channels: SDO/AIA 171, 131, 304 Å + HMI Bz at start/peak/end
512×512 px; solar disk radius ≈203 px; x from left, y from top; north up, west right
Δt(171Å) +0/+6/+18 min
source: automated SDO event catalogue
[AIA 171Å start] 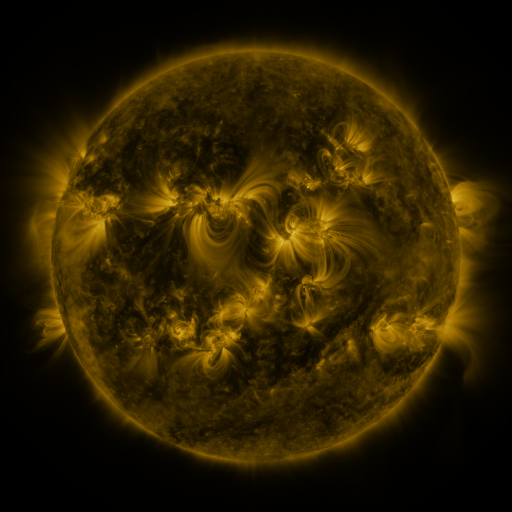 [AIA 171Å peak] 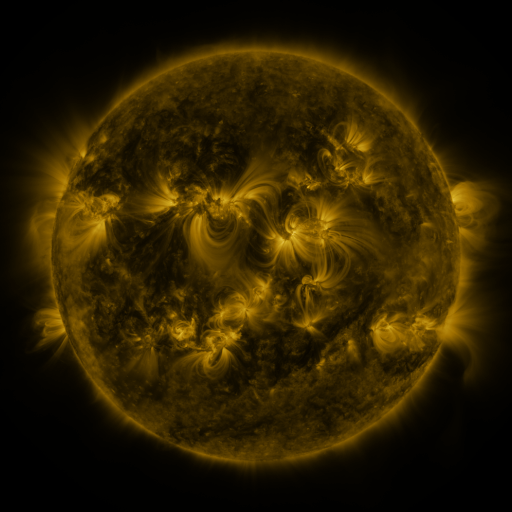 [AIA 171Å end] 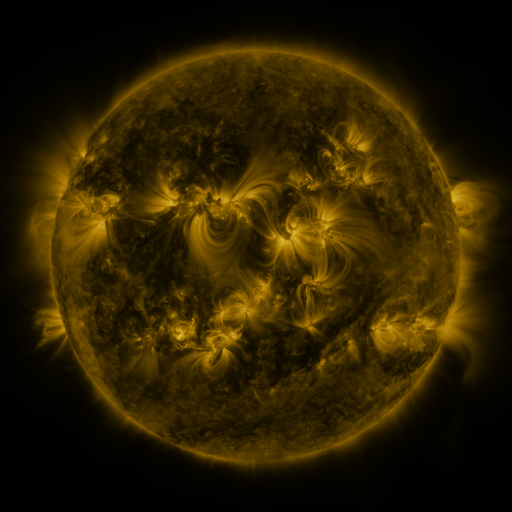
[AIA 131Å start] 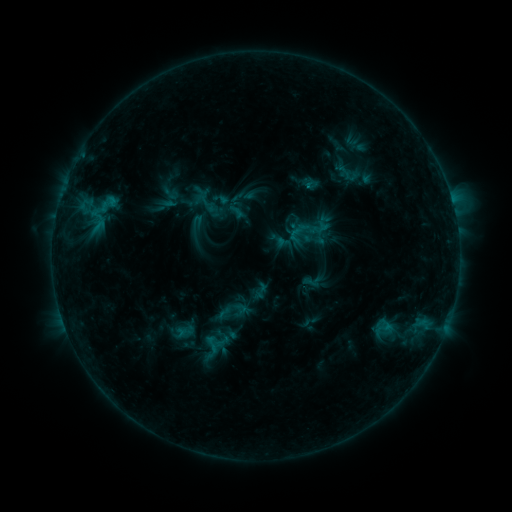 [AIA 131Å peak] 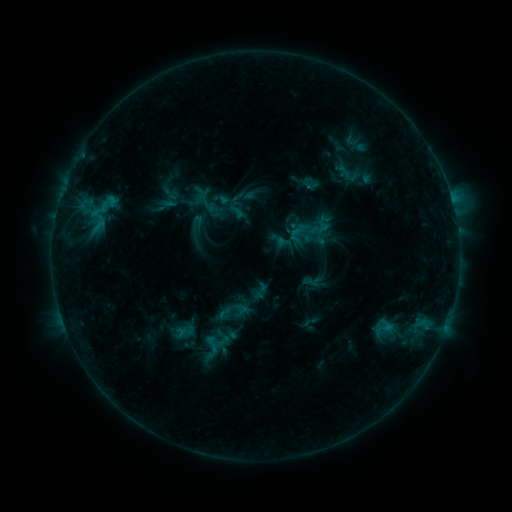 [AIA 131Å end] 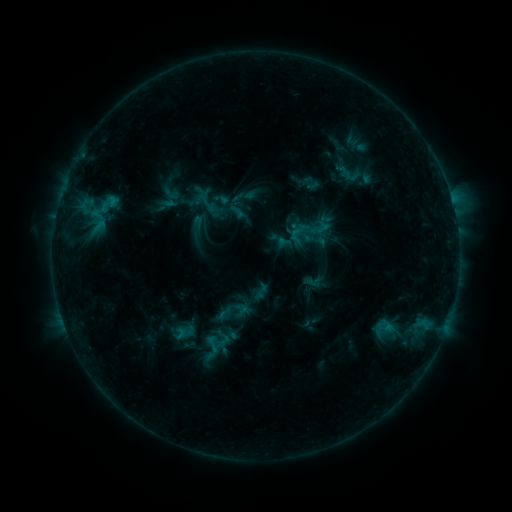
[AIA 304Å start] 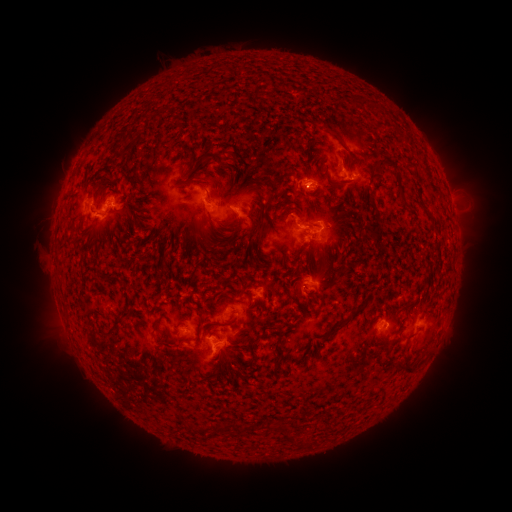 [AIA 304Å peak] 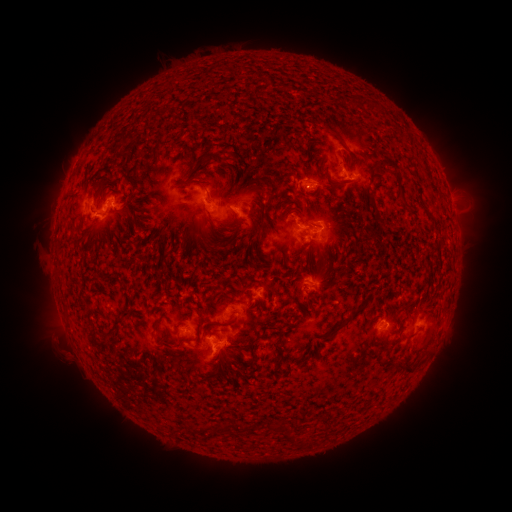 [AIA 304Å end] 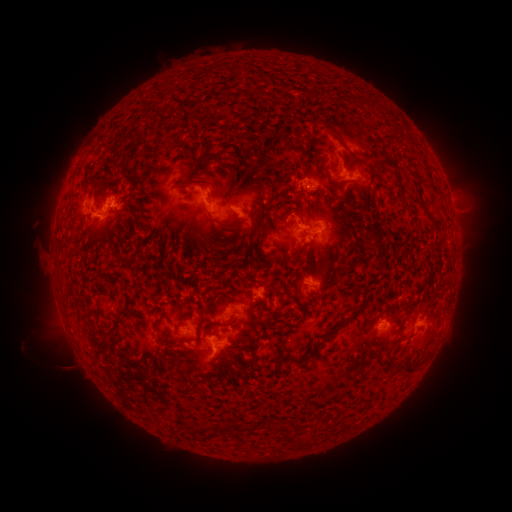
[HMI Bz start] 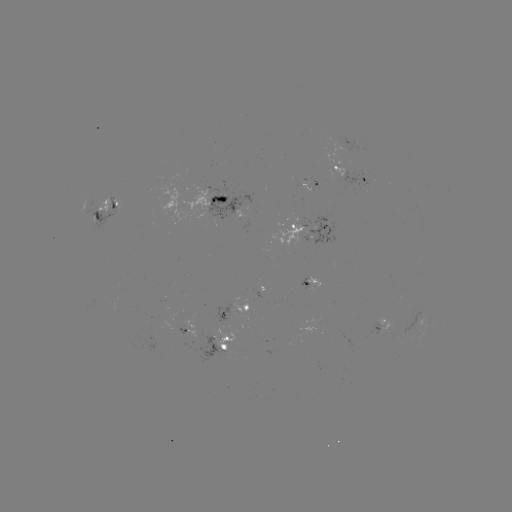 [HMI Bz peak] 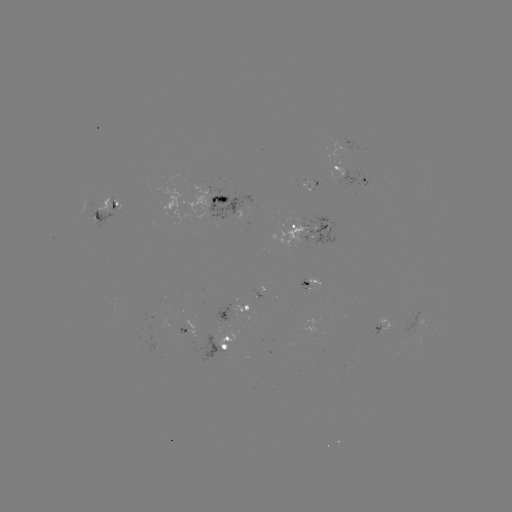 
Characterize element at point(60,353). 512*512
eruption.